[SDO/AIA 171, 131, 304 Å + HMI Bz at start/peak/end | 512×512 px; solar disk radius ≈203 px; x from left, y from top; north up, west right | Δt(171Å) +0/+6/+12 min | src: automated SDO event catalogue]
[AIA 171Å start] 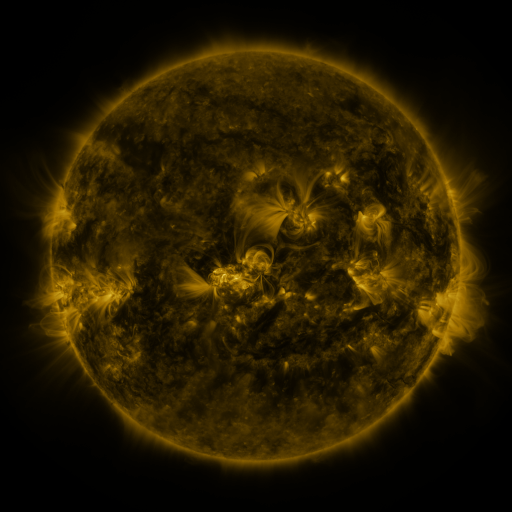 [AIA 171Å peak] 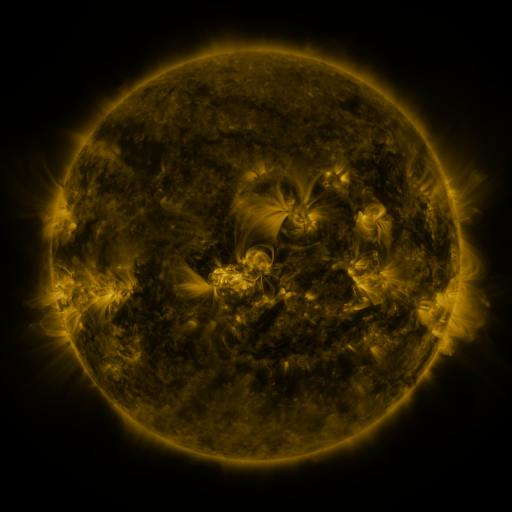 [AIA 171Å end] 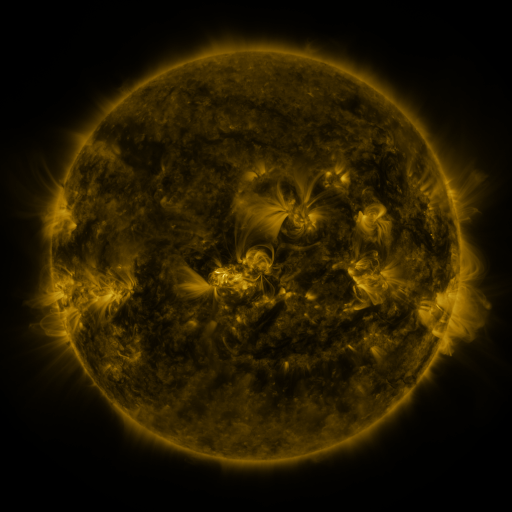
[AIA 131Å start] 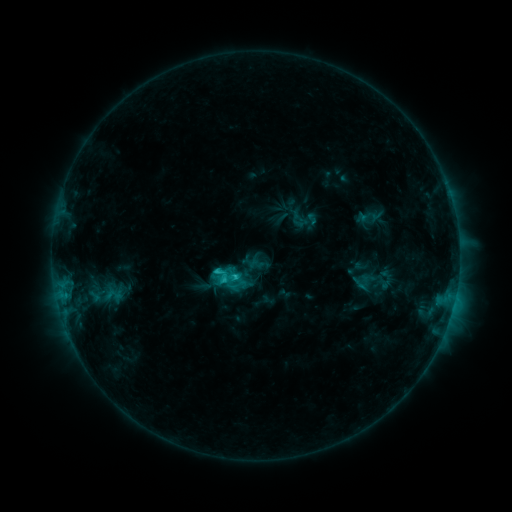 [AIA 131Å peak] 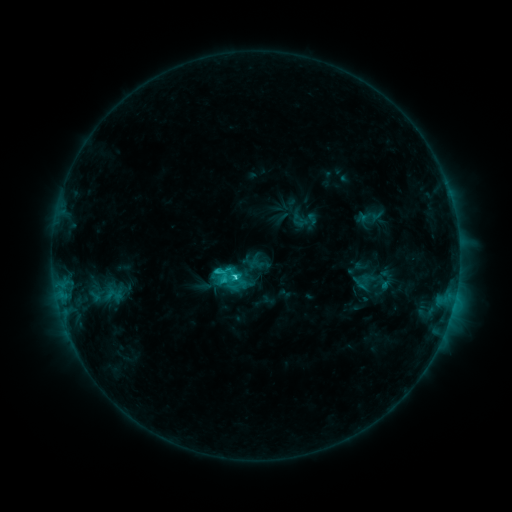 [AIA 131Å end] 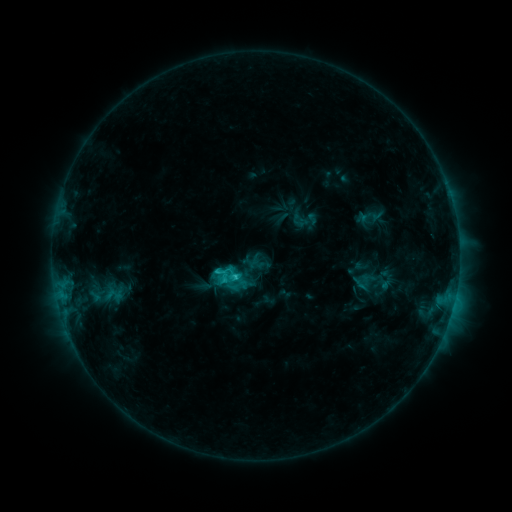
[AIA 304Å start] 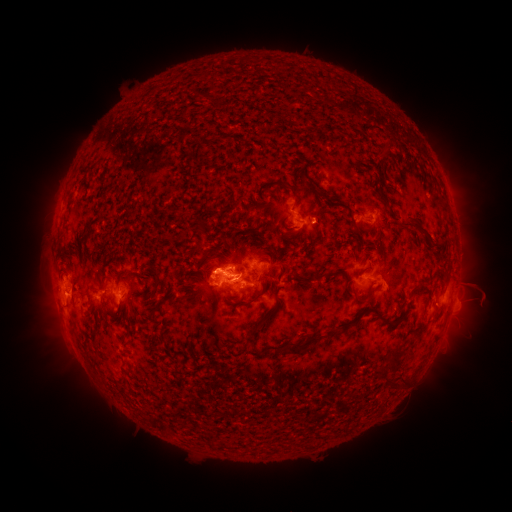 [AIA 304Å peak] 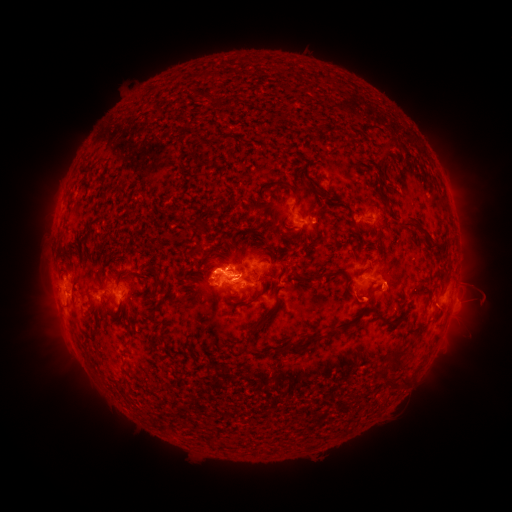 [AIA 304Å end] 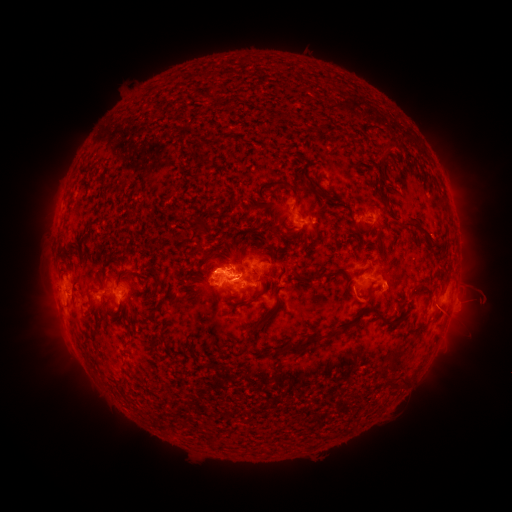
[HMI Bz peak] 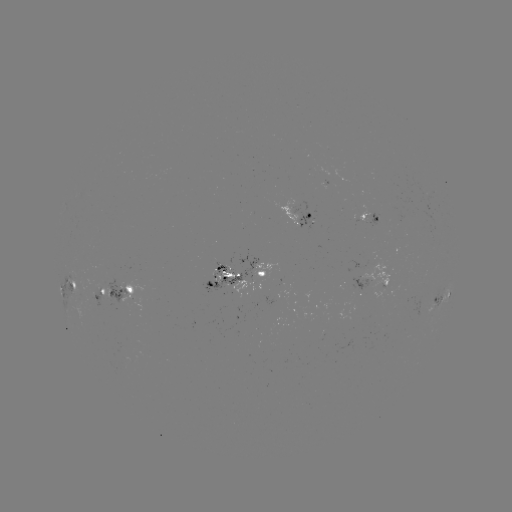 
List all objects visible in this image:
eruption: (363, 302)
